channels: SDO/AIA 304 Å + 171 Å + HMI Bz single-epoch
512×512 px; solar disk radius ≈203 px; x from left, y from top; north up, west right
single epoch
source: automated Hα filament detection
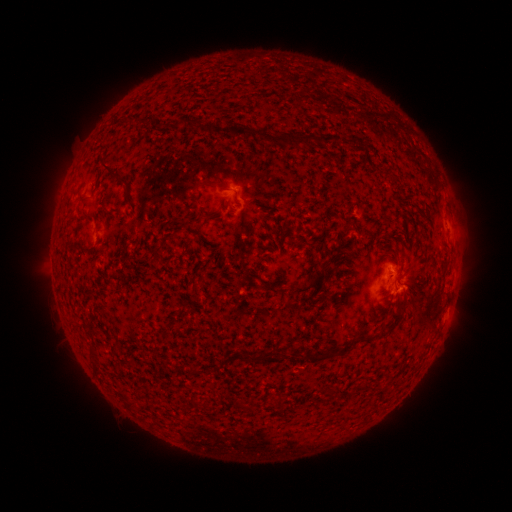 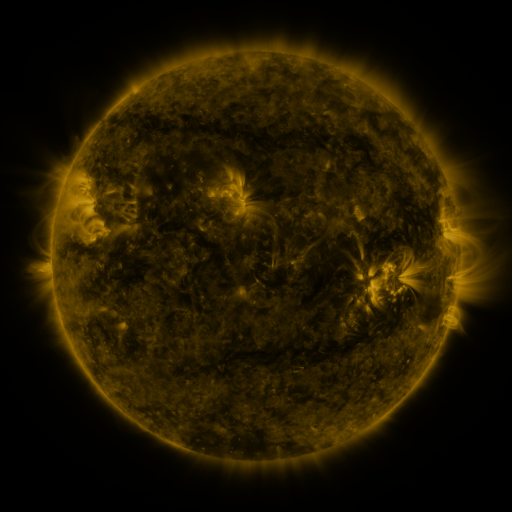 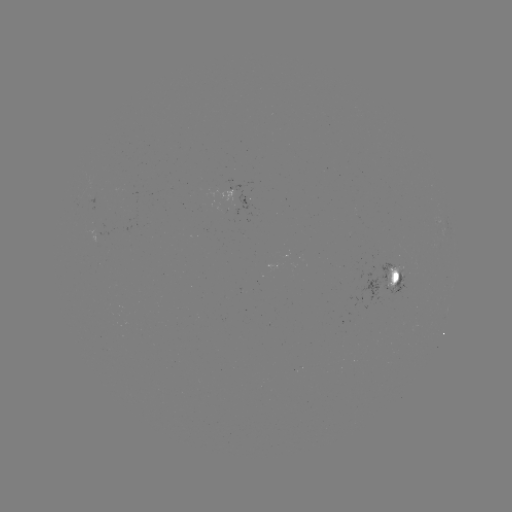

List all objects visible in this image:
filament: (127, 120)
filament: (181, 122)
filament: (194, 123)
filament: (249, 130)
filament: (328, 138)
filament: (299, 141)
filament: (111, 170)
filament: (127, 196)
filament: (290, 234)
filament: (158, 254)
filament: (311, 283)
filament: (272, 287)
filament: (184, 310)
filament: (391, 318)
filament: (369, 337)
filament: (356, 340)
filament: (329, 351)
filament: (308, 353)
filament: (93, 354)
filament: (329, 389)
filament: (280, 401)
